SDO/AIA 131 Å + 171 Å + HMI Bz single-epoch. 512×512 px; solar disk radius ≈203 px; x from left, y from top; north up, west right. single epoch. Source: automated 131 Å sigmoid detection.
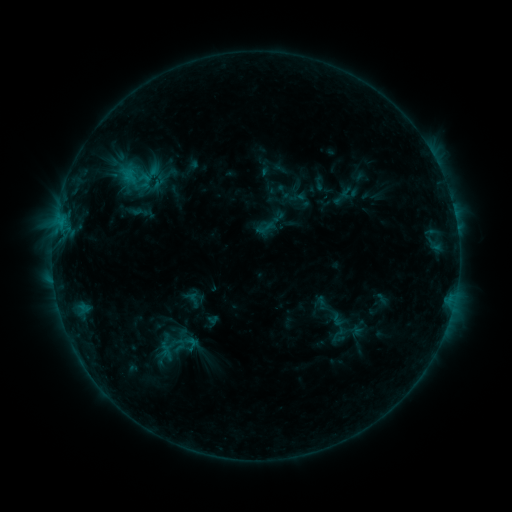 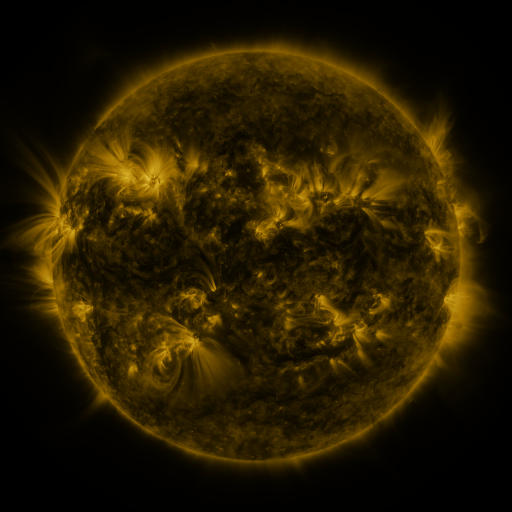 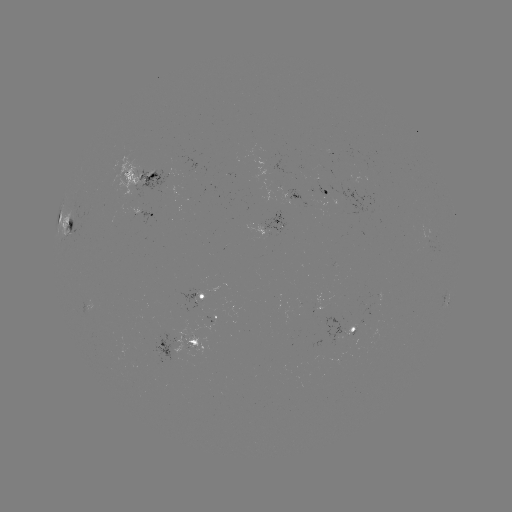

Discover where sigmoid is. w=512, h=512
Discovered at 145,180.